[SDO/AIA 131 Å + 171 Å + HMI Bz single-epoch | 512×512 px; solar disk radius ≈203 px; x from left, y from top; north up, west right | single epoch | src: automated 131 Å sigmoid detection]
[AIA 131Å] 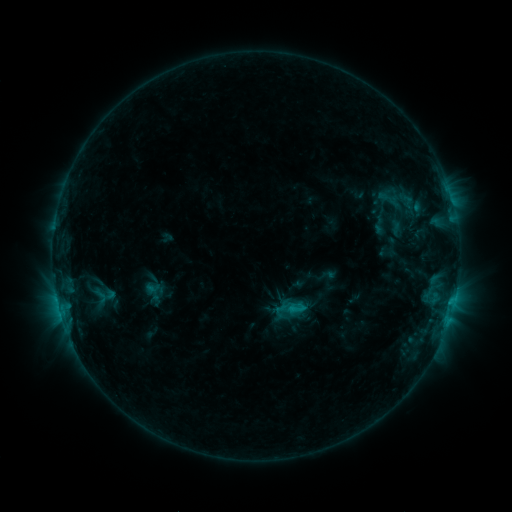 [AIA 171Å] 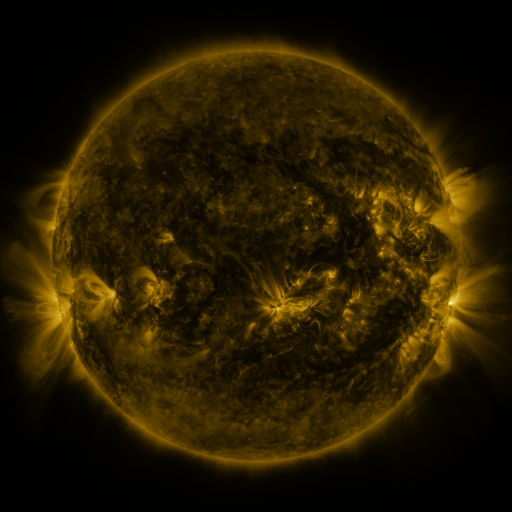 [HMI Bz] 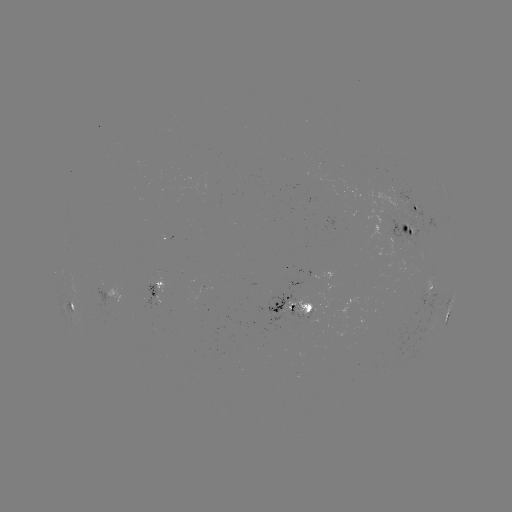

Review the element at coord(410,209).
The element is sigmoid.